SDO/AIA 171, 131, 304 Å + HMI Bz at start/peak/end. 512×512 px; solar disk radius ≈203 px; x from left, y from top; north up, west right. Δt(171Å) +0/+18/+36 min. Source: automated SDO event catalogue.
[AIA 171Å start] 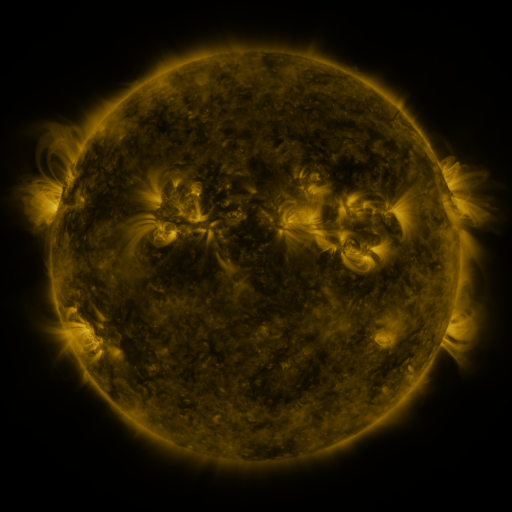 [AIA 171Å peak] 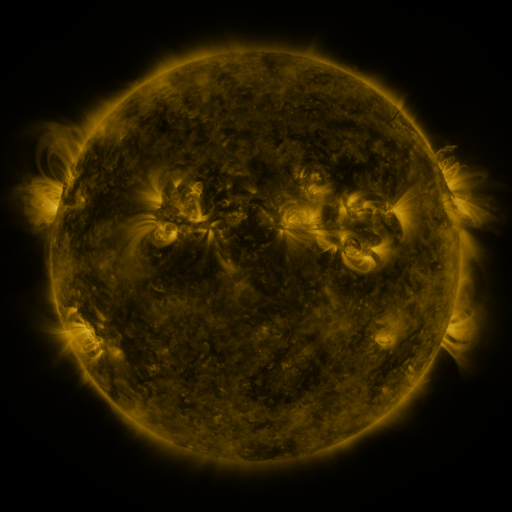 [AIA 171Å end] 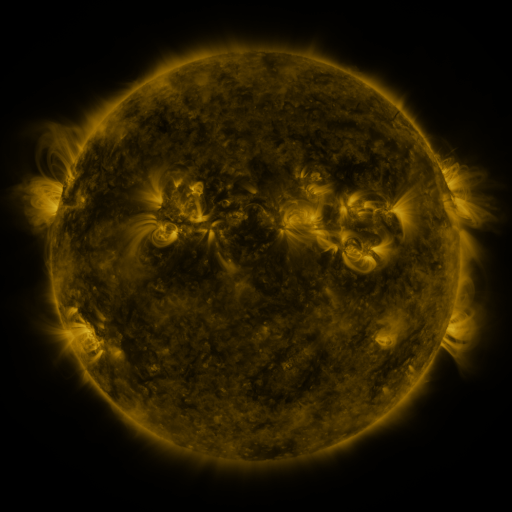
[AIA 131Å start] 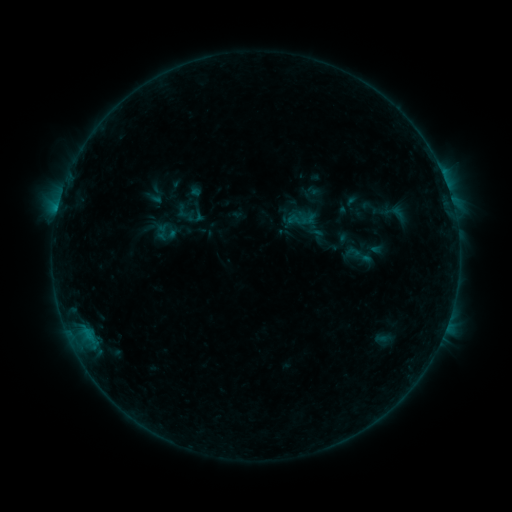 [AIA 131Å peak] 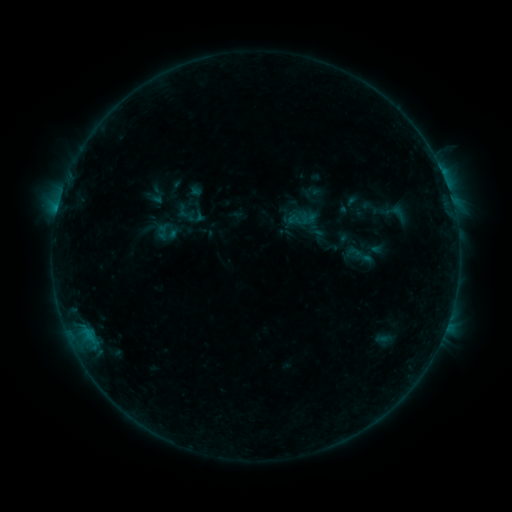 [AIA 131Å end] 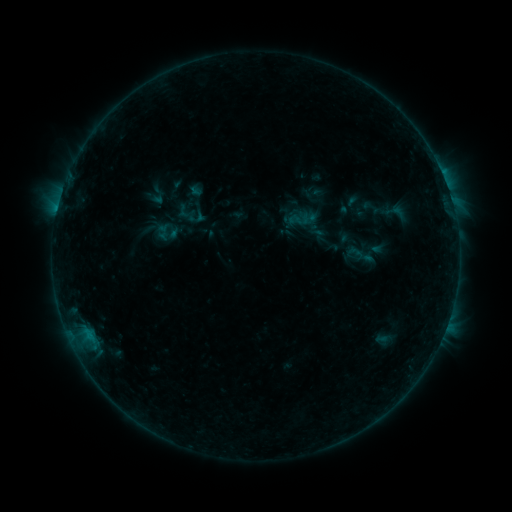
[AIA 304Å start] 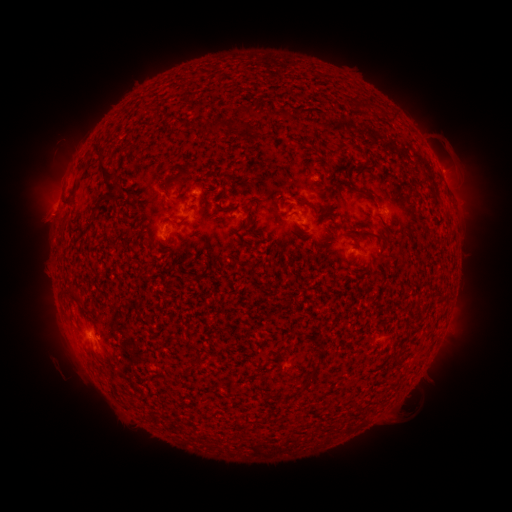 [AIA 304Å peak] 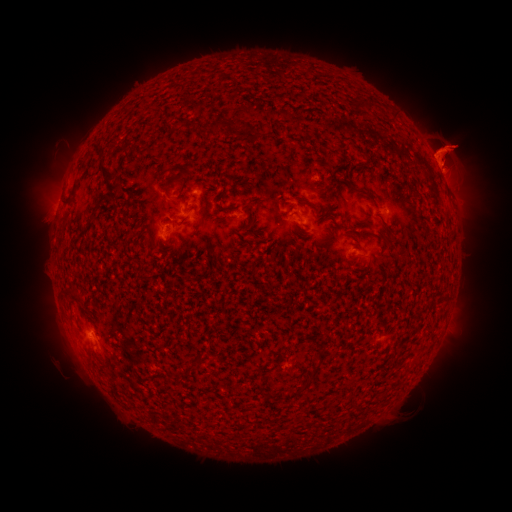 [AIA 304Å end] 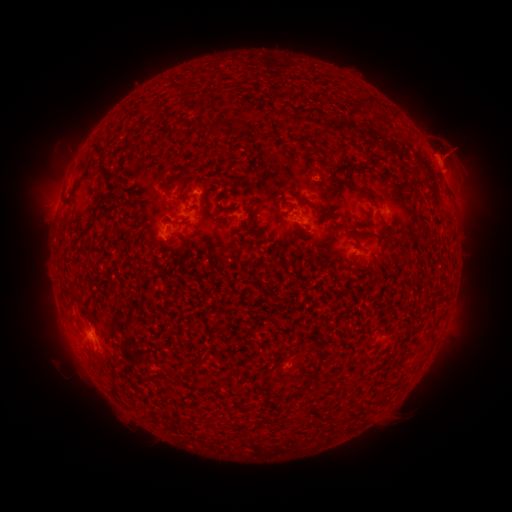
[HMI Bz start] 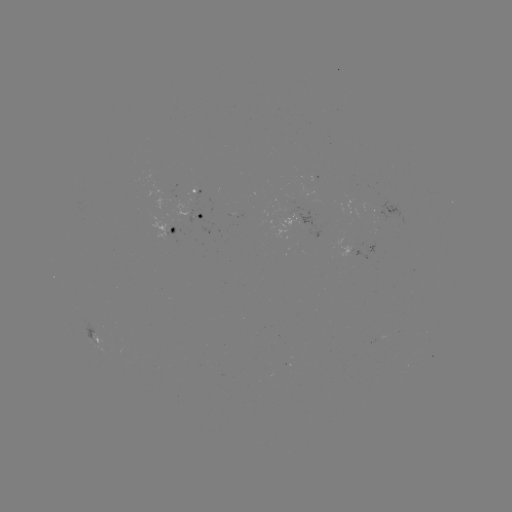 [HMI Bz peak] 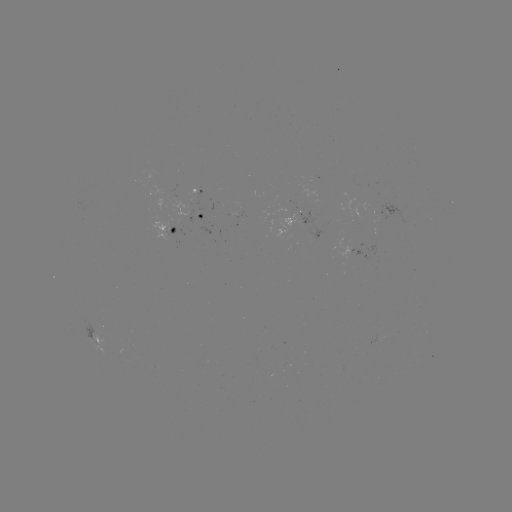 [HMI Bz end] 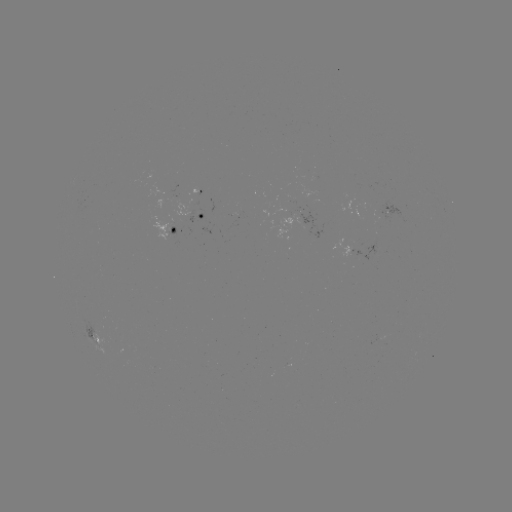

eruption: <bbox>401, 111, 497, 208</bbox>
